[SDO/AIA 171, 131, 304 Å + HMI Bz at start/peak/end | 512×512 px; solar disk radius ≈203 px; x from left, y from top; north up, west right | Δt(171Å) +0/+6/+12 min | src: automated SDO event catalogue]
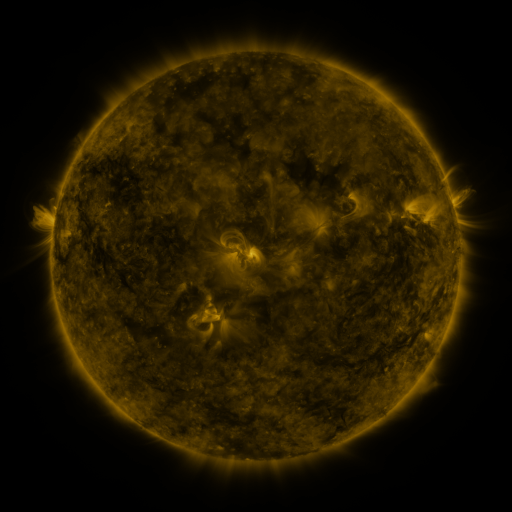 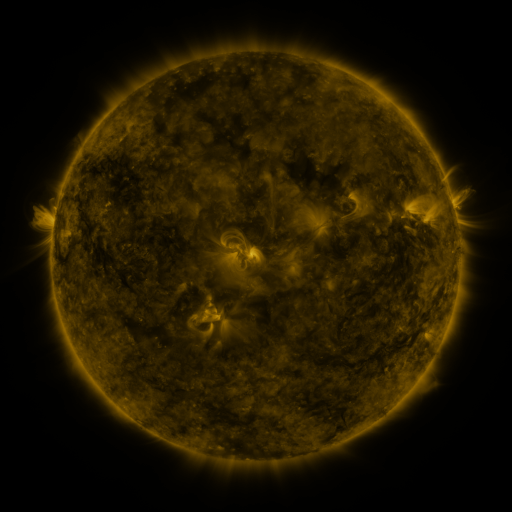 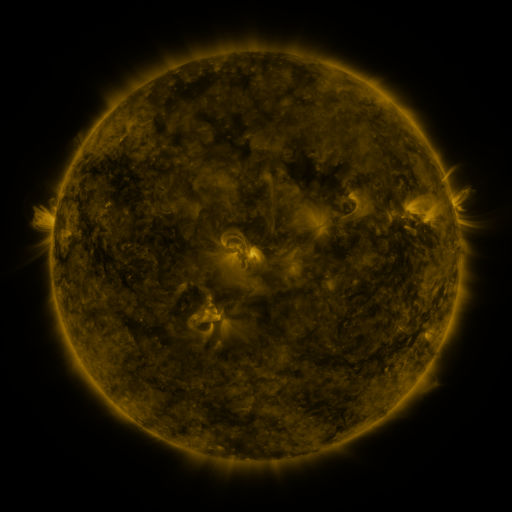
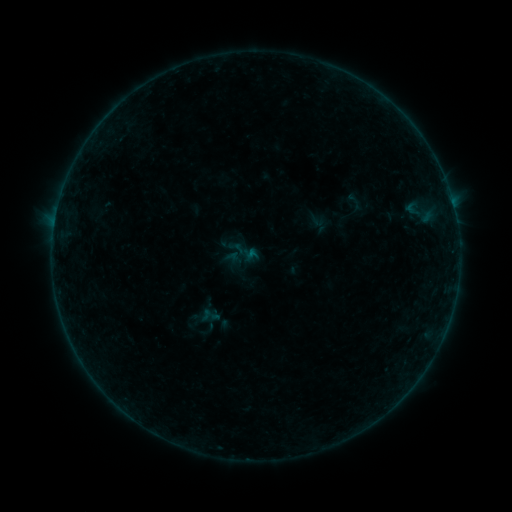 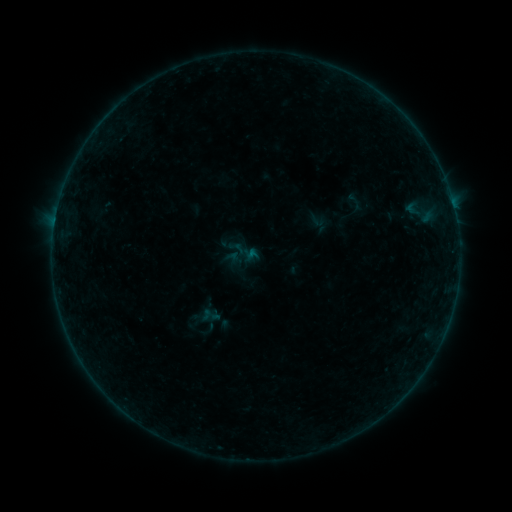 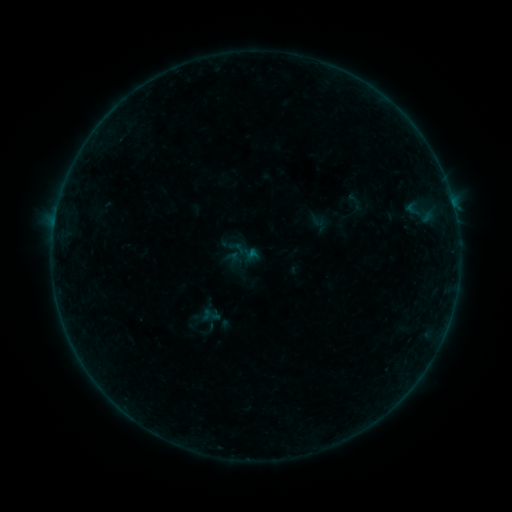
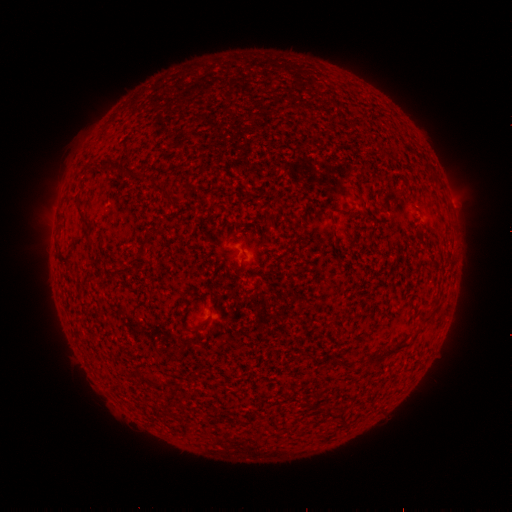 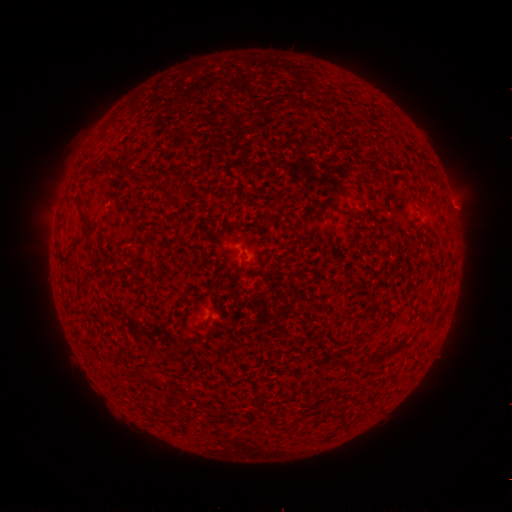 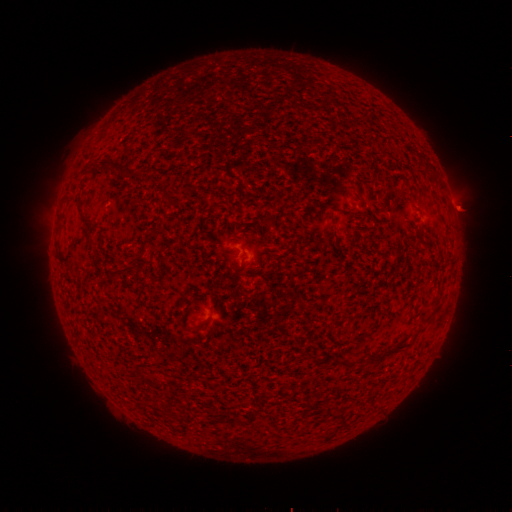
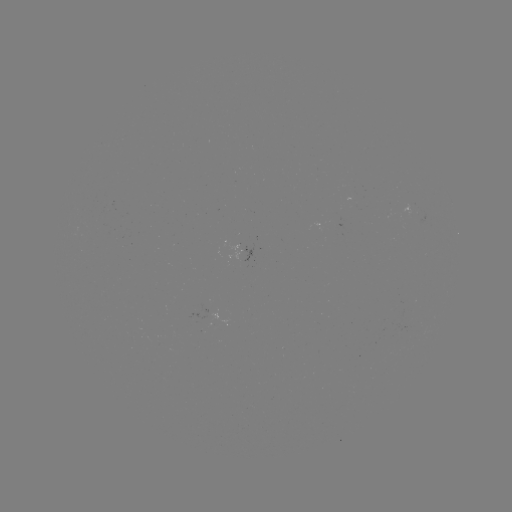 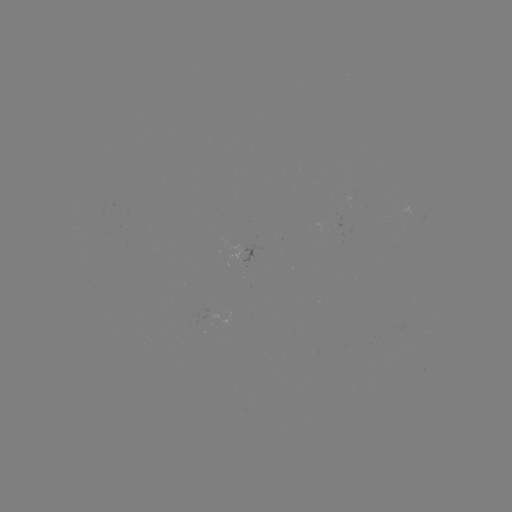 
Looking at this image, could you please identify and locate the B1.6 flare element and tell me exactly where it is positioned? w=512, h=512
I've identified B1.6 flare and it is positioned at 55,220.